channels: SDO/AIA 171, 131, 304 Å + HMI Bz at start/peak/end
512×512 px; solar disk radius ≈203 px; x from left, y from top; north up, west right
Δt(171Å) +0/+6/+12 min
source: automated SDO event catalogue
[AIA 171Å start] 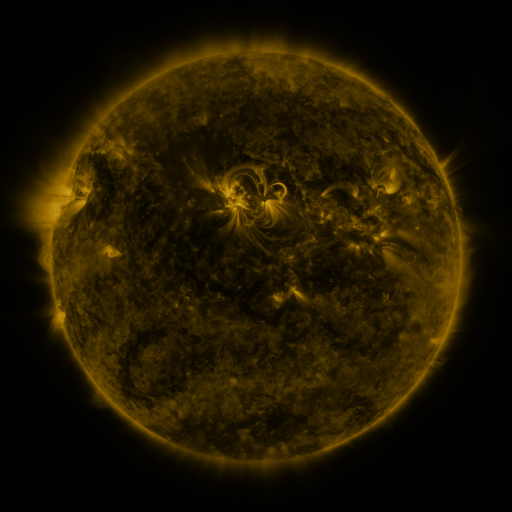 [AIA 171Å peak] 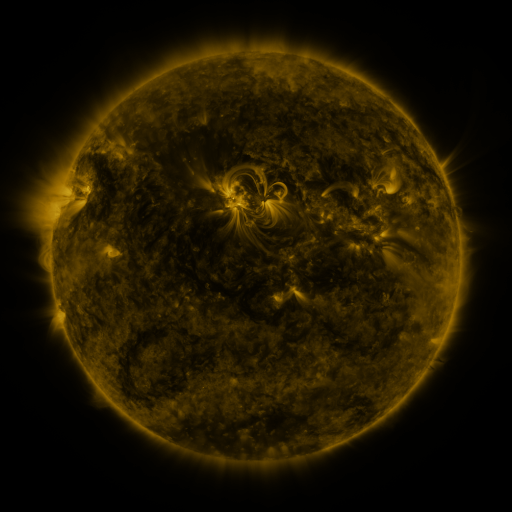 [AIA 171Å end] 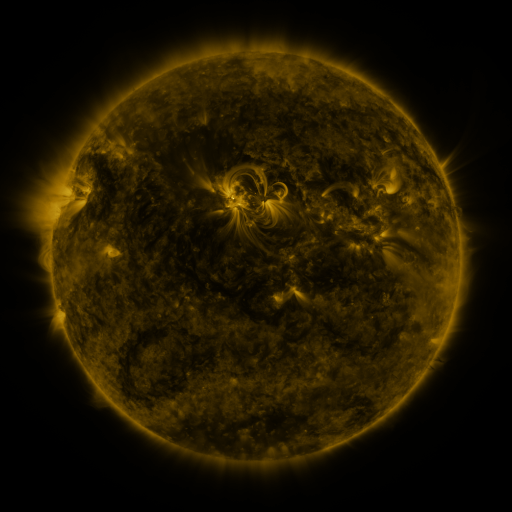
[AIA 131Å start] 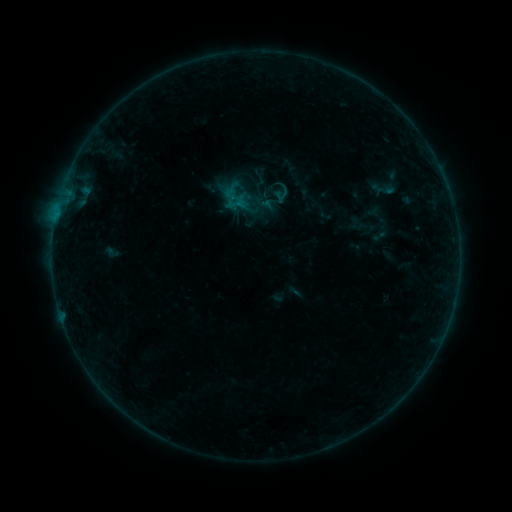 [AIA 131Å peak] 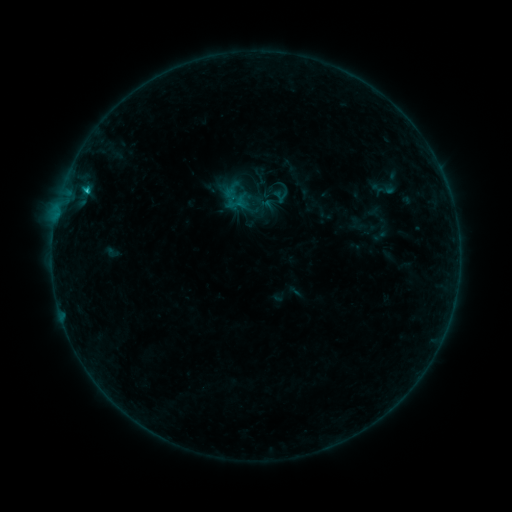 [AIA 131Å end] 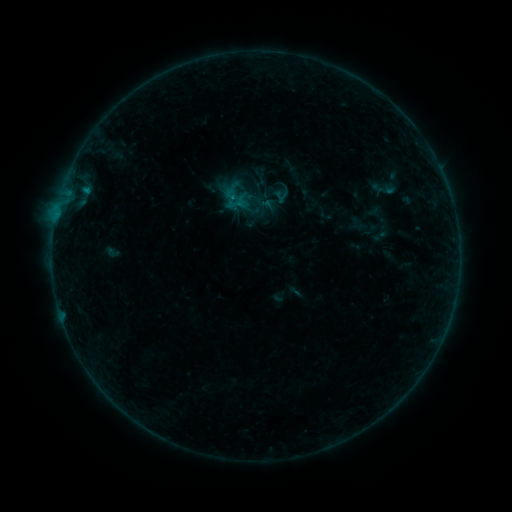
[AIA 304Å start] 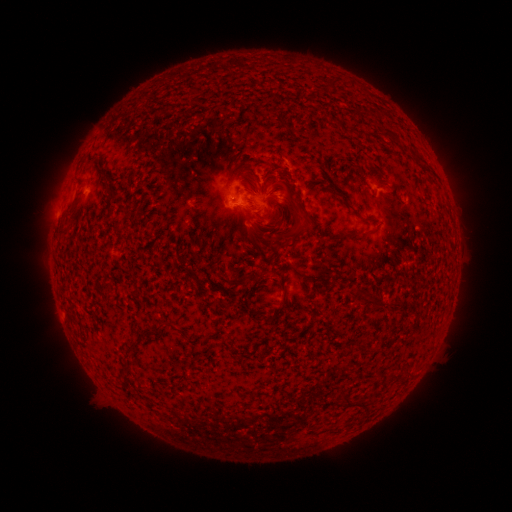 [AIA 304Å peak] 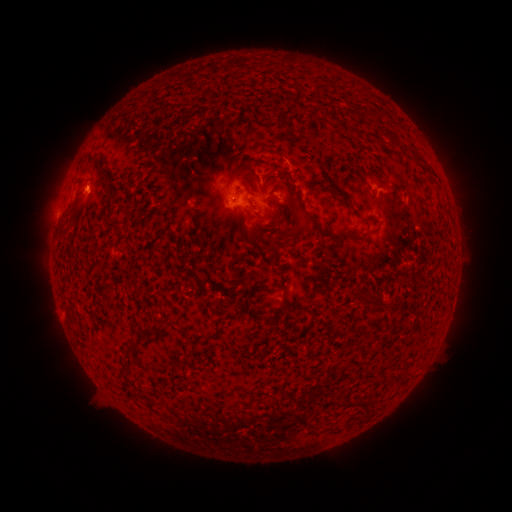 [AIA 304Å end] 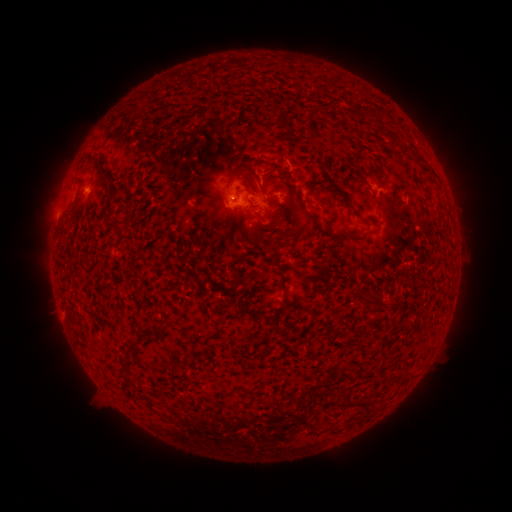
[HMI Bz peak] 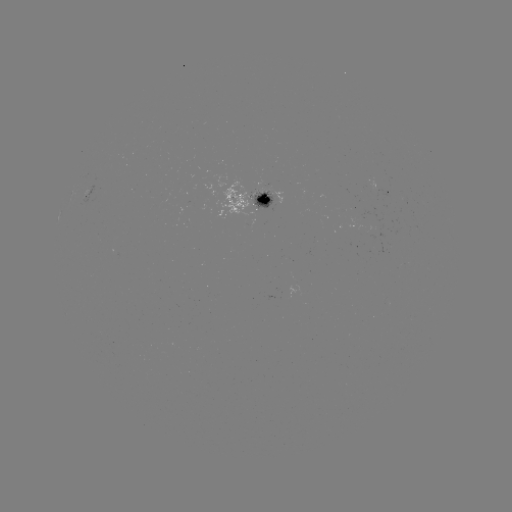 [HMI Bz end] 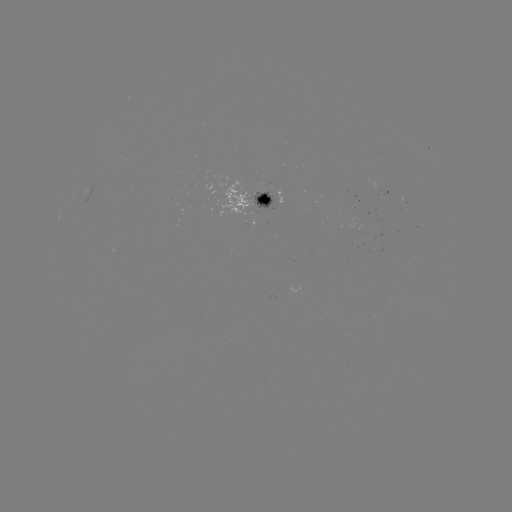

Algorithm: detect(B7.2 flare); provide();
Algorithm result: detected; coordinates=(87, 193)